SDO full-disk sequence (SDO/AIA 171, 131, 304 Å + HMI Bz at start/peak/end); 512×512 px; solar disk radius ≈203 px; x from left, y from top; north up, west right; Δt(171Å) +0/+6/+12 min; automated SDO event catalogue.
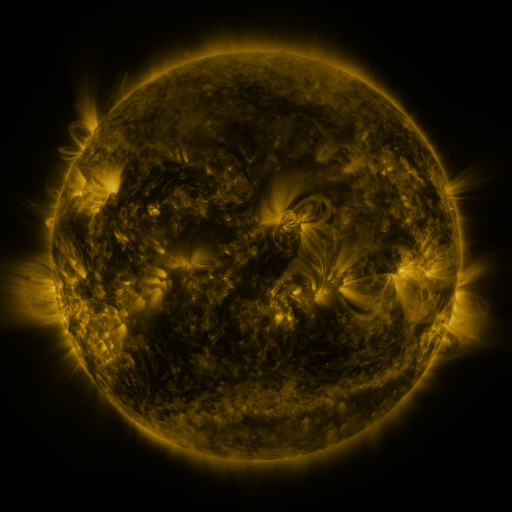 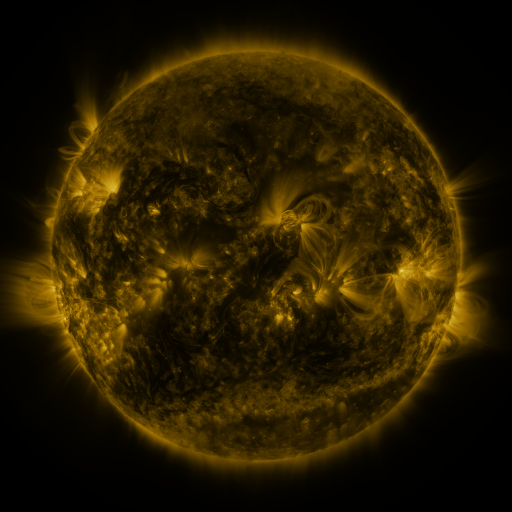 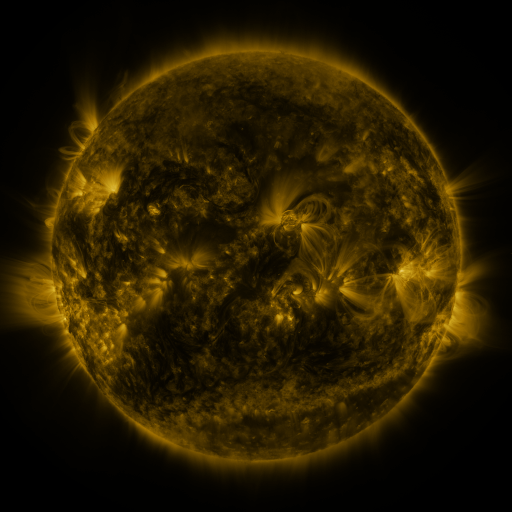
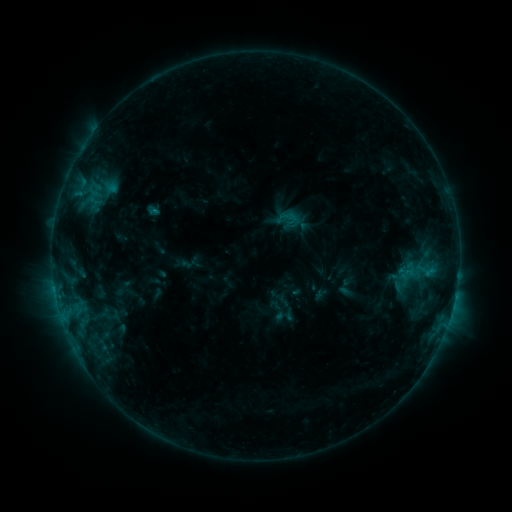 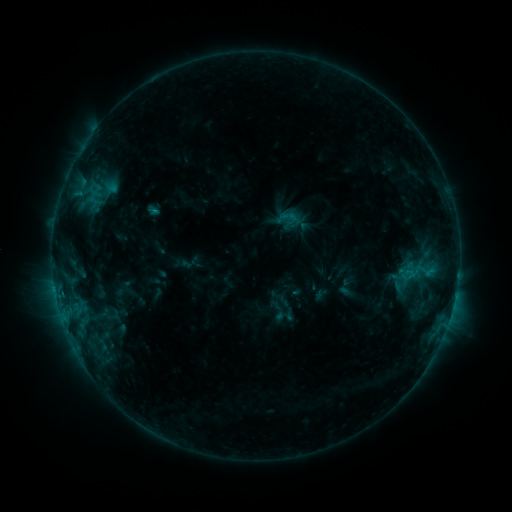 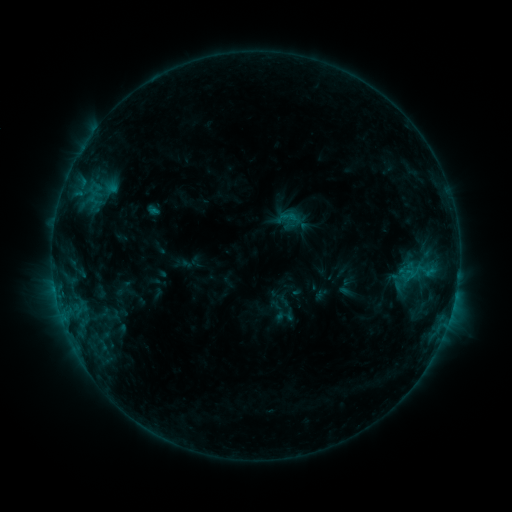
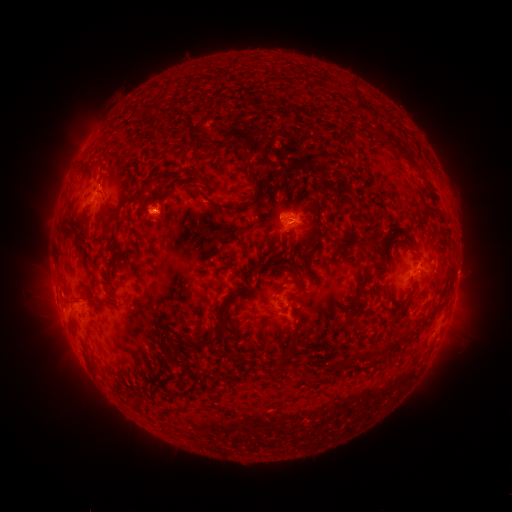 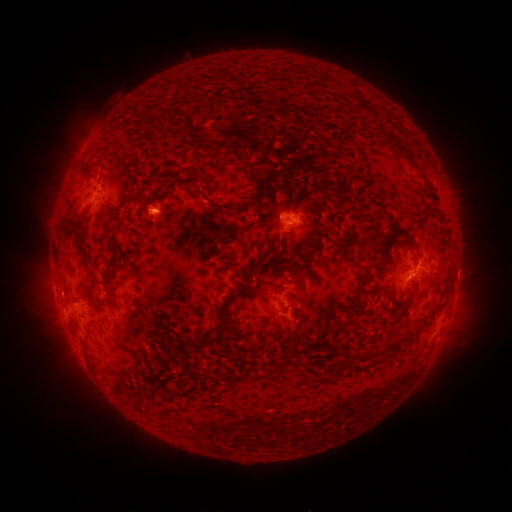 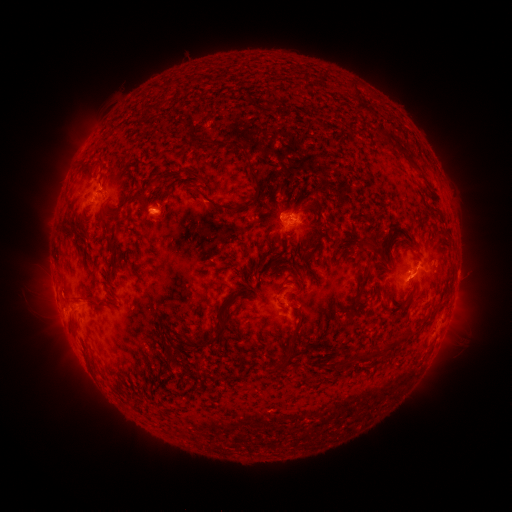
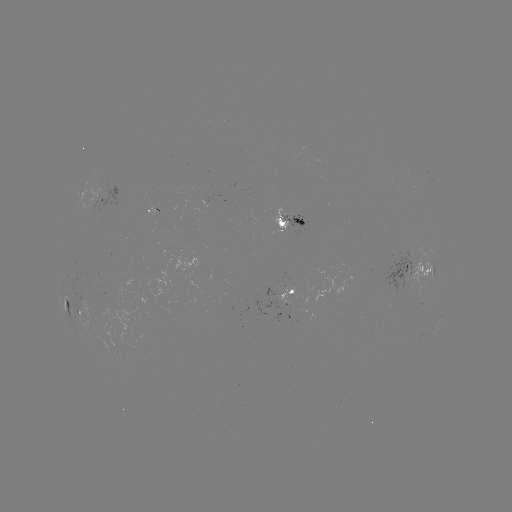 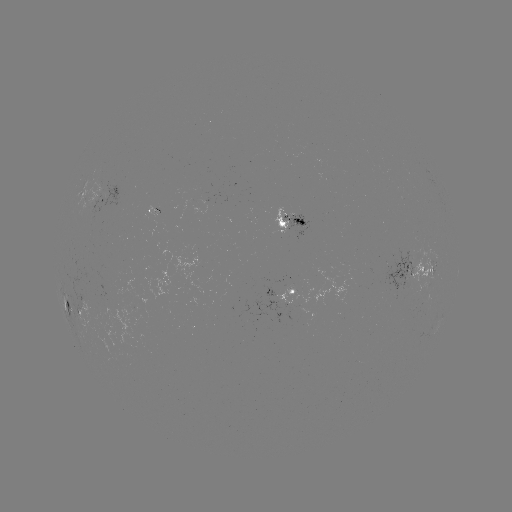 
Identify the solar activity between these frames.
eruption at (414, 281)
